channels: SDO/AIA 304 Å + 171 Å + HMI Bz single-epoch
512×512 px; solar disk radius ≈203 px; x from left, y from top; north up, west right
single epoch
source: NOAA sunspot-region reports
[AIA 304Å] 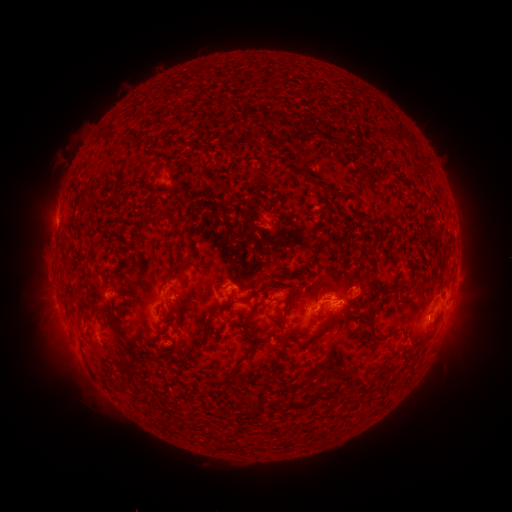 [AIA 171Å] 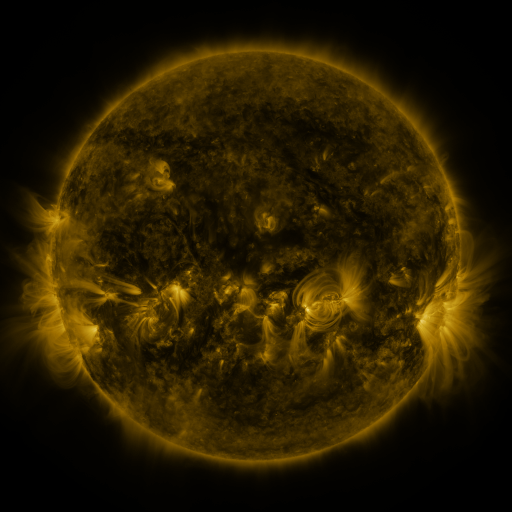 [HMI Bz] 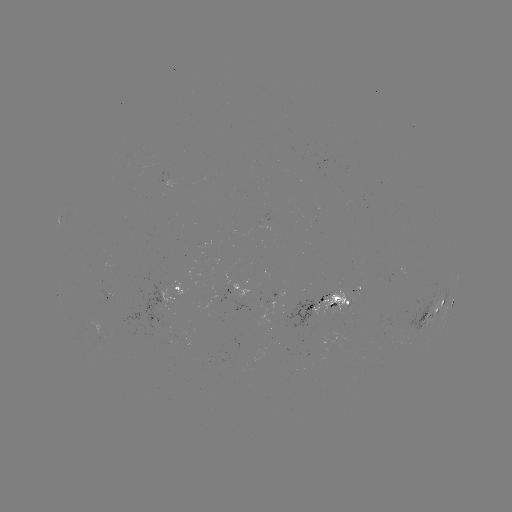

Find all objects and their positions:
spotted active region: (180, 278)
spotted active region: (238, 288)
spotted active region: (329, 303)
spotted active region: (452, 304)
spotted active region: (436, 311)
